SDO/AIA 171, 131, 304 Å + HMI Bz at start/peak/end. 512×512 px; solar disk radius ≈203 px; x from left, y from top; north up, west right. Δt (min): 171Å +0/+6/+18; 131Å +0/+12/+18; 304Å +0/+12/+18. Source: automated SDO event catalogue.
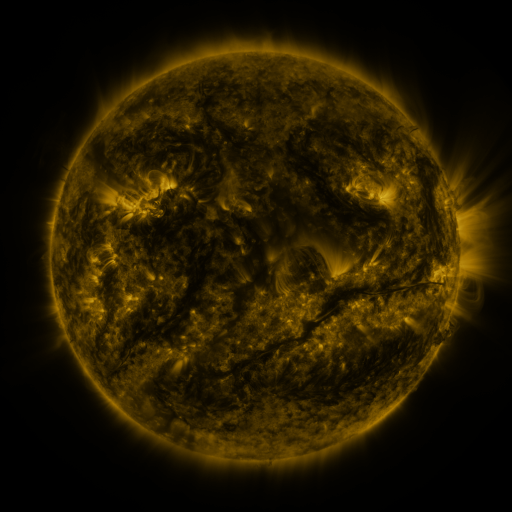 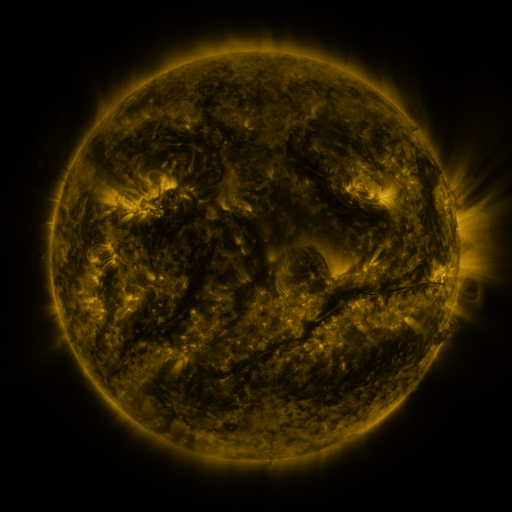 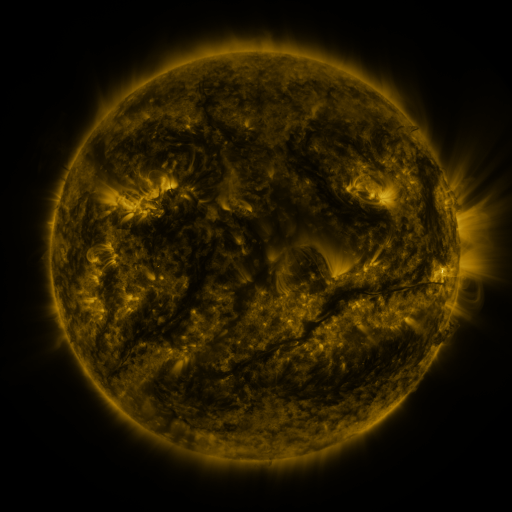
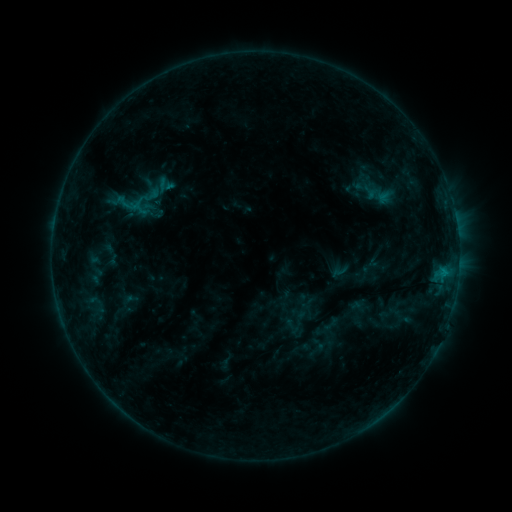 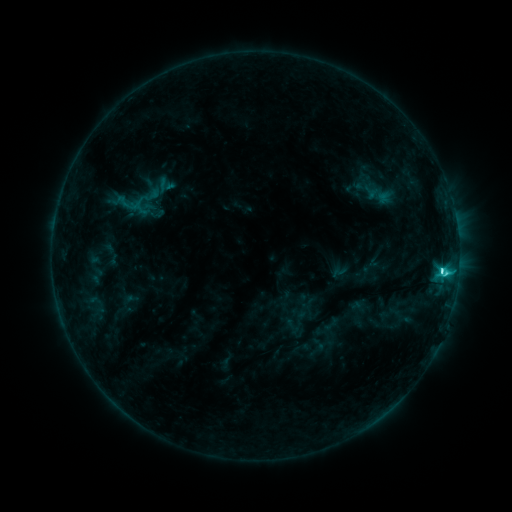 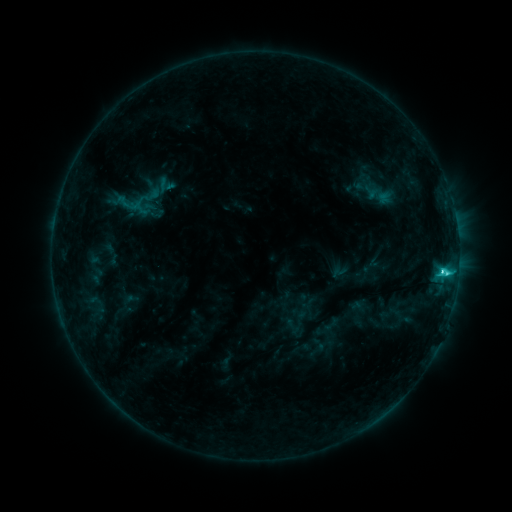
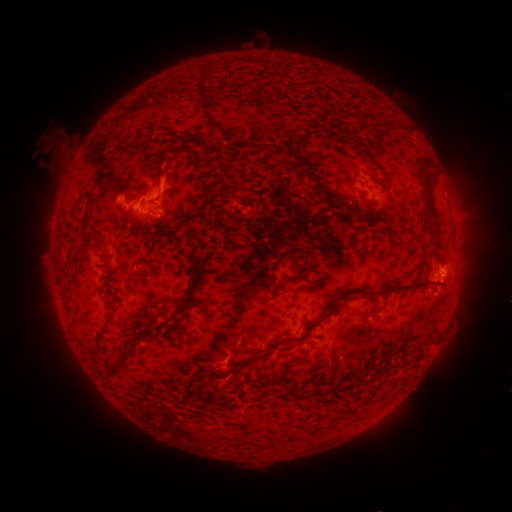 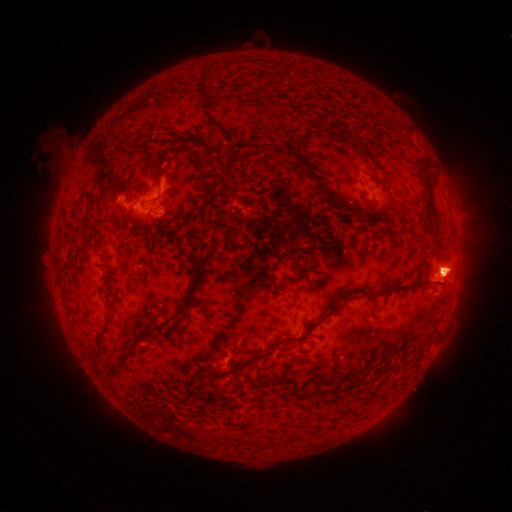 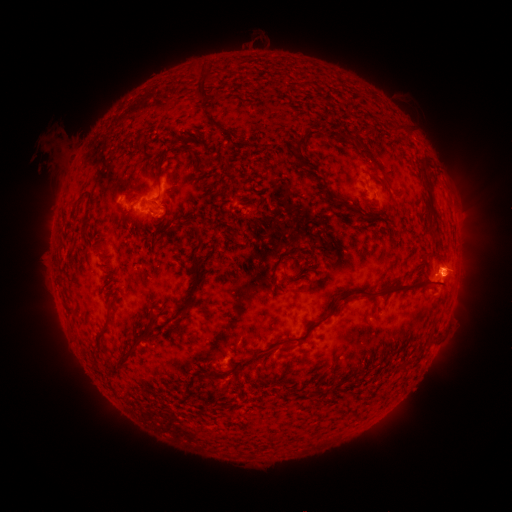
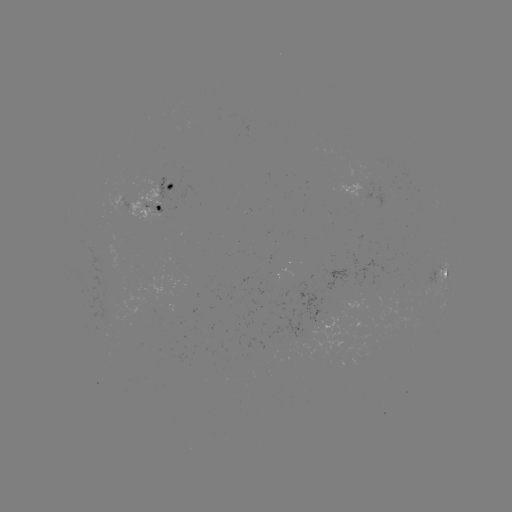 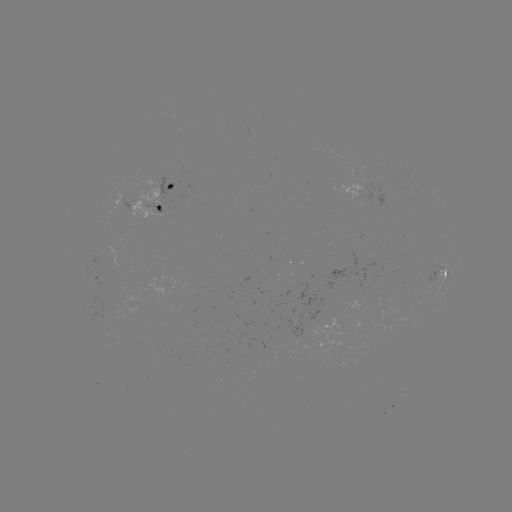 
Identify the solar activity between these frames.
C6.0 flare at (442, 267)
